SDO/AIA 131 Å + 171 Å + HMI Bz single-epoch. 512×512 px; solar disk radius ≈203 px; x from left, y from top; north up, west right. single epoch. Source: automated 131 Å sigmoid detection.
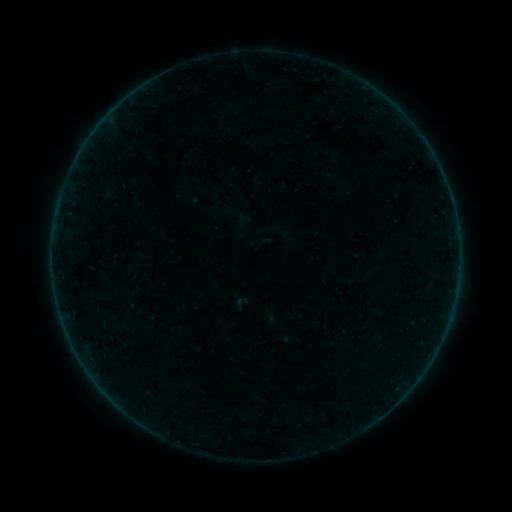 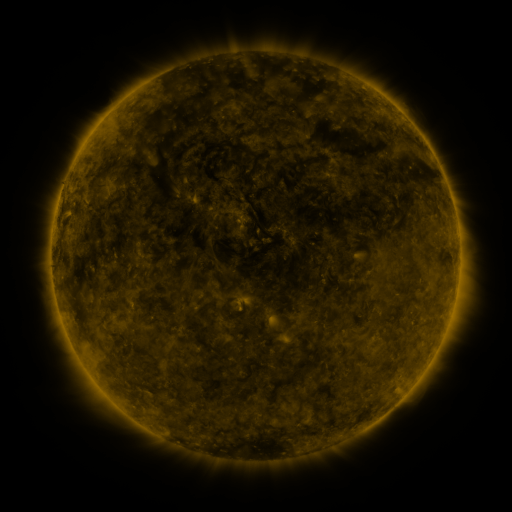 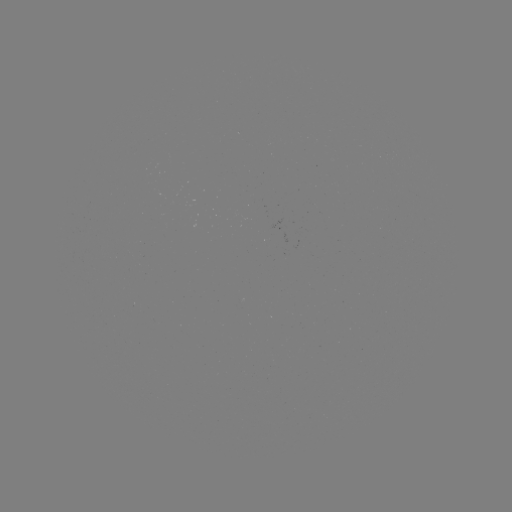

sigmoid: (232, 294, 251, 312)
